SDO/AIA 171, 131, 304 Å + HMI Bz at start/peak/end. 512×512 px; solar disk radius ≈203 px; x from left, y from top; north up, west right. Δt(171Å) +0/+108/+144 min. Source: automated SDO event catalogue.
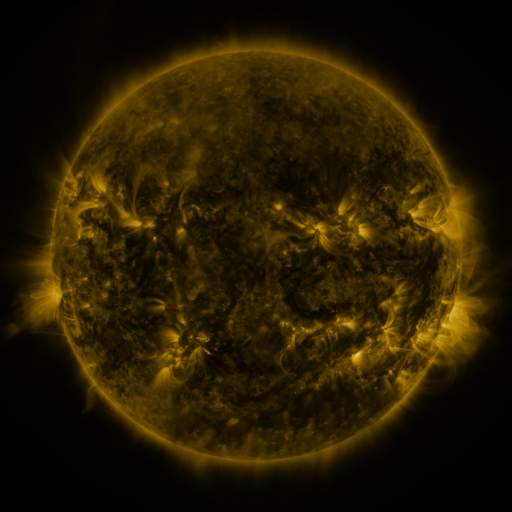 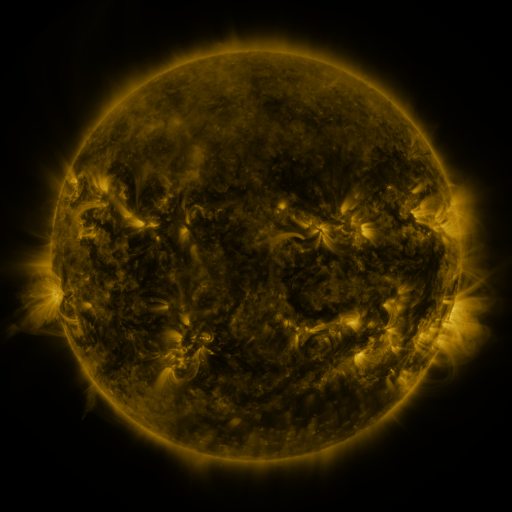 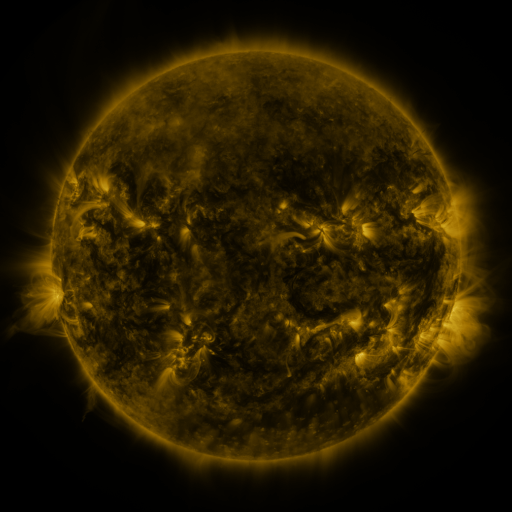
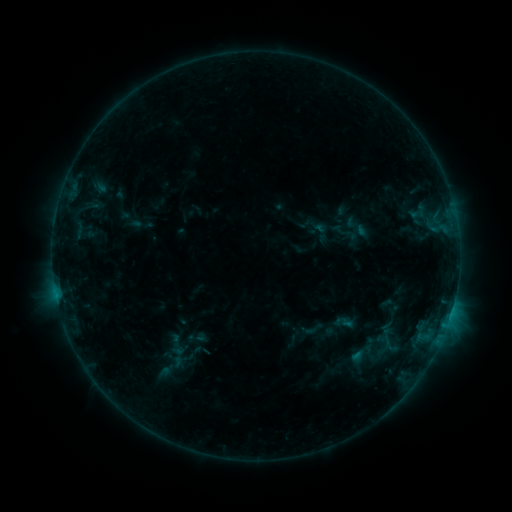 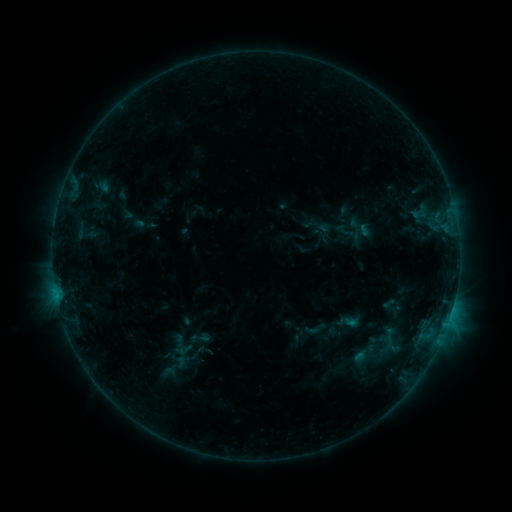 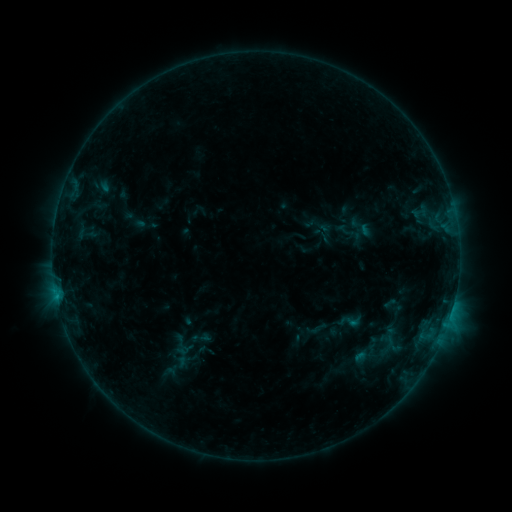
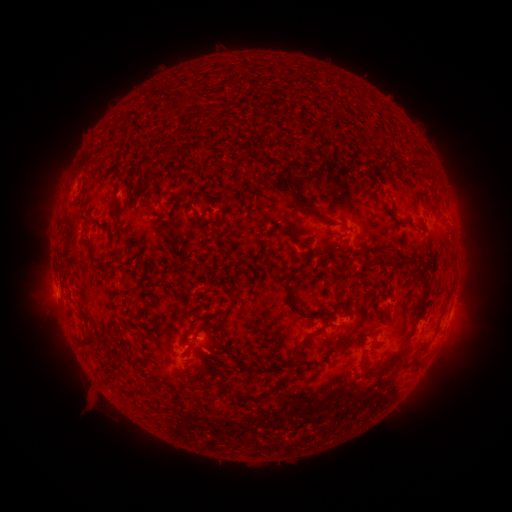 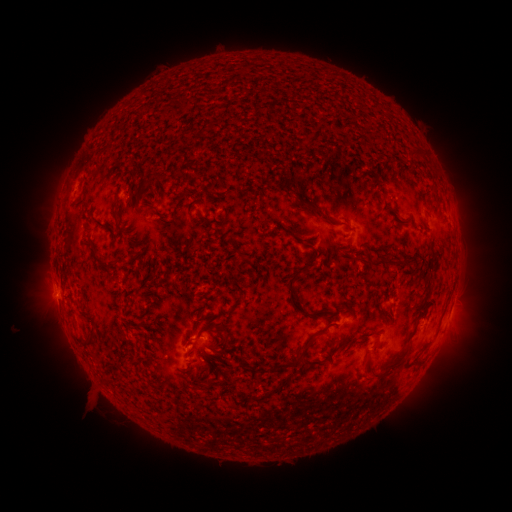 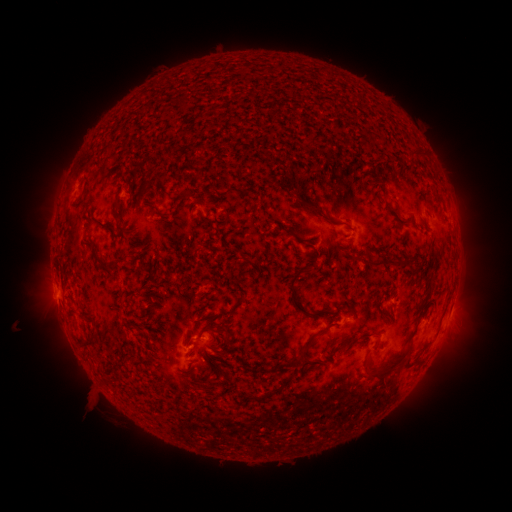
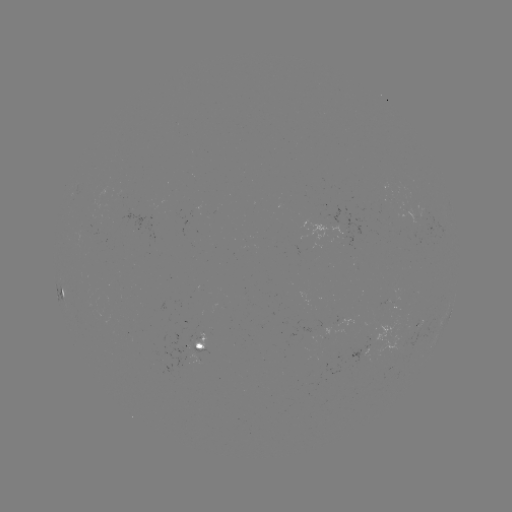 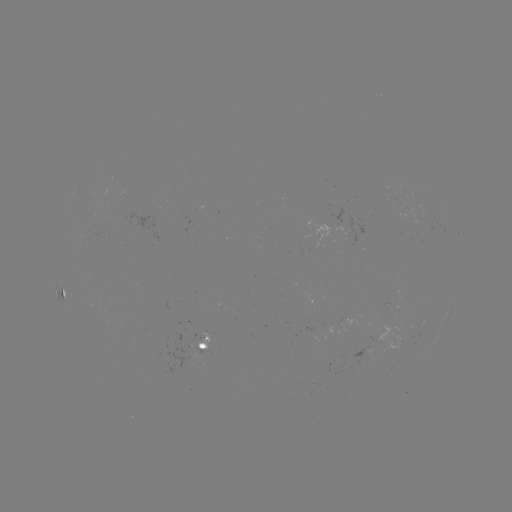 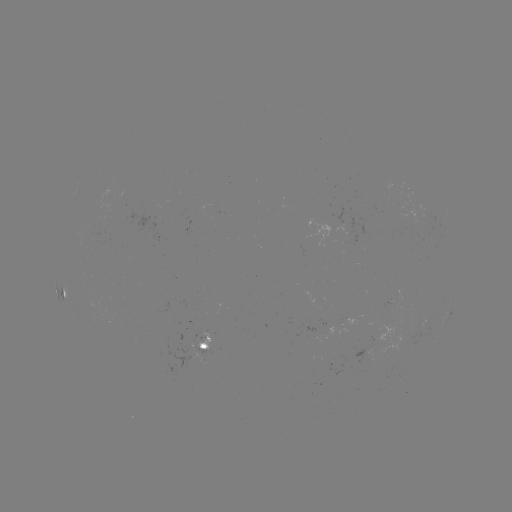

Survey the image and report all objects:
emerging-flux region: (100, 228)
